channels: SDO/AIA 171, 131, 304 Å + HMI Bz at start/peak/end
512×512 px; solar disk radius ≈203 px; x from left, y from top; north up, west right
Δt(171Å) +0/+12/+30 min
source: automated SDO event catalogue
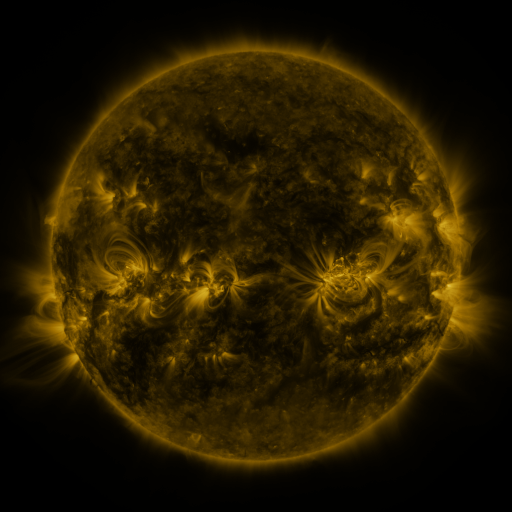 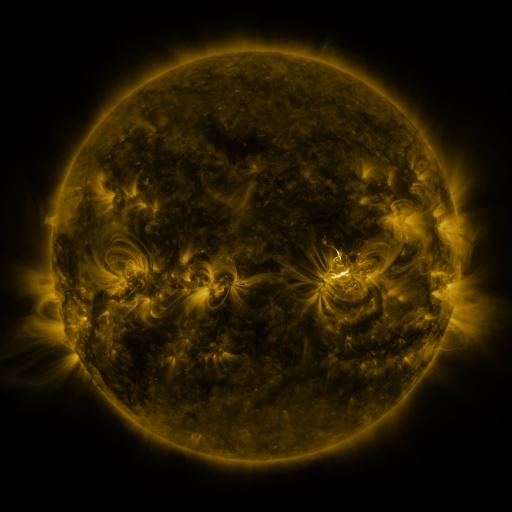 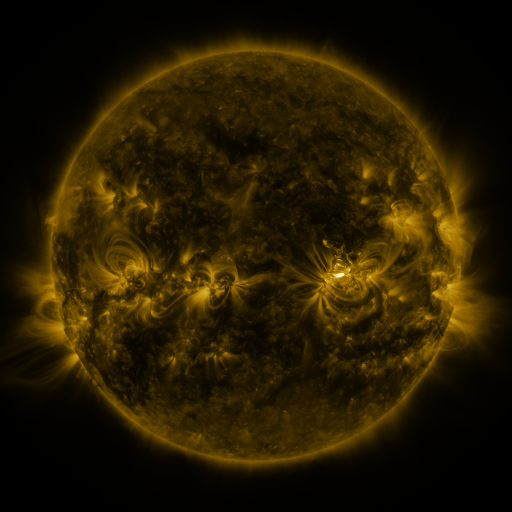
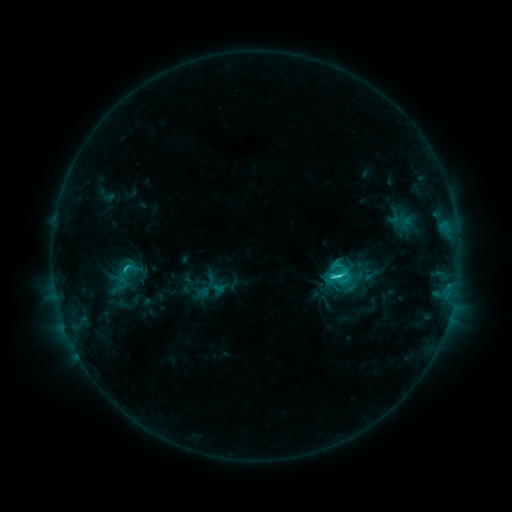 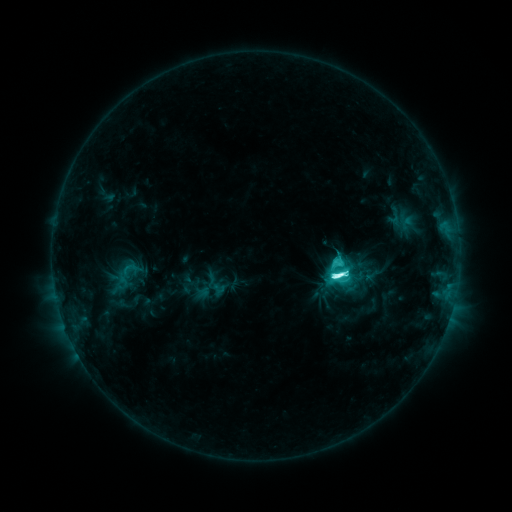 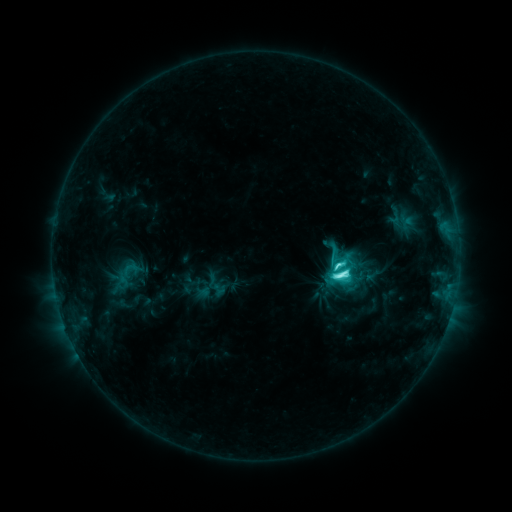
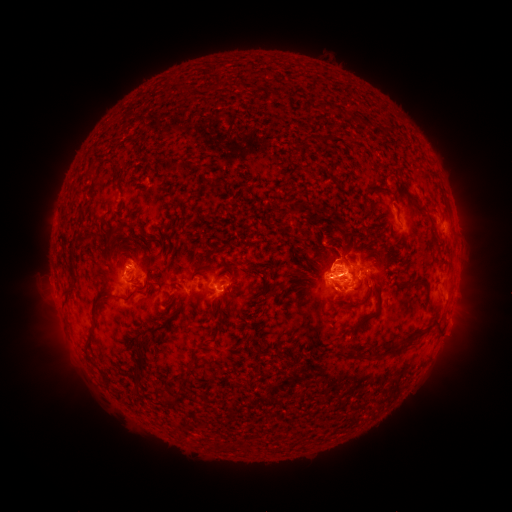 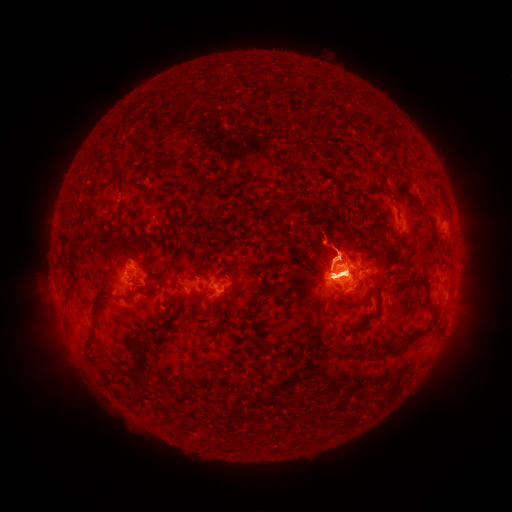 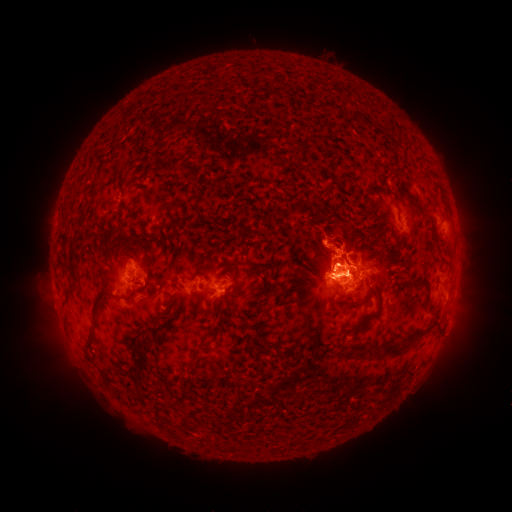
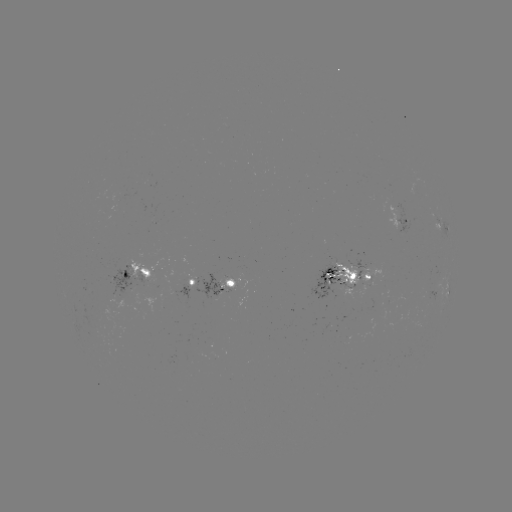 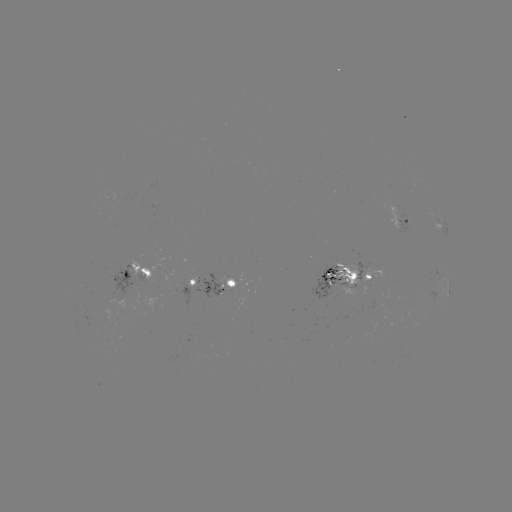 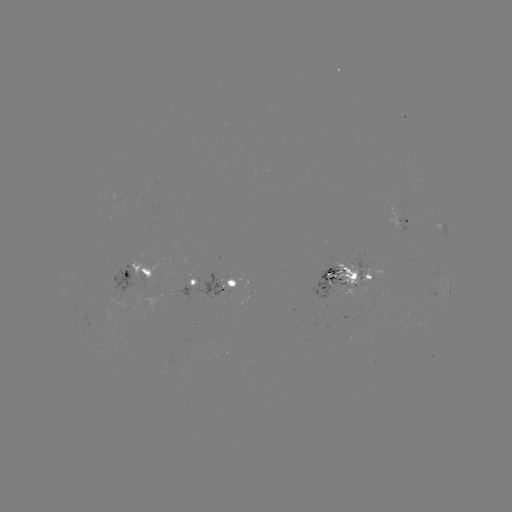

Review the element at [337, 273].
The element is M2.3 flare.